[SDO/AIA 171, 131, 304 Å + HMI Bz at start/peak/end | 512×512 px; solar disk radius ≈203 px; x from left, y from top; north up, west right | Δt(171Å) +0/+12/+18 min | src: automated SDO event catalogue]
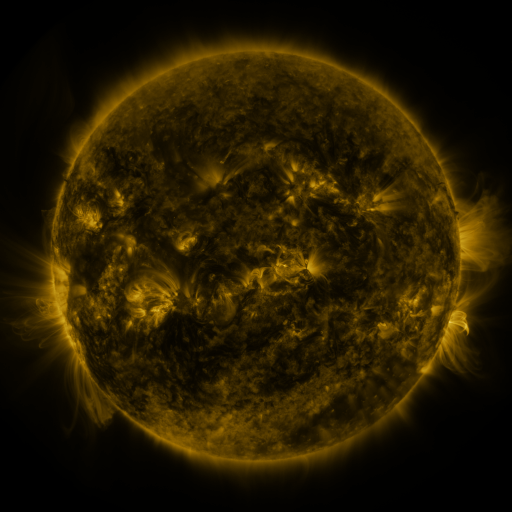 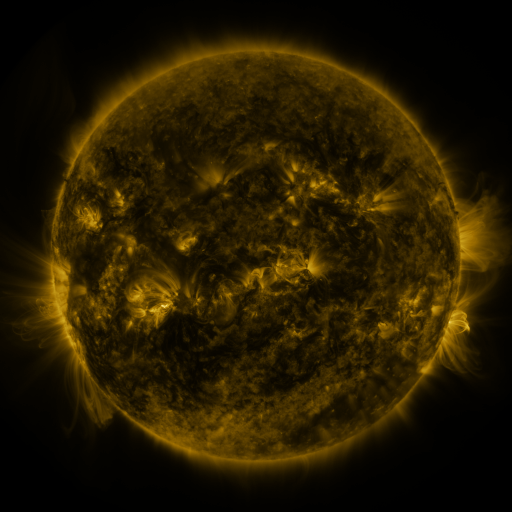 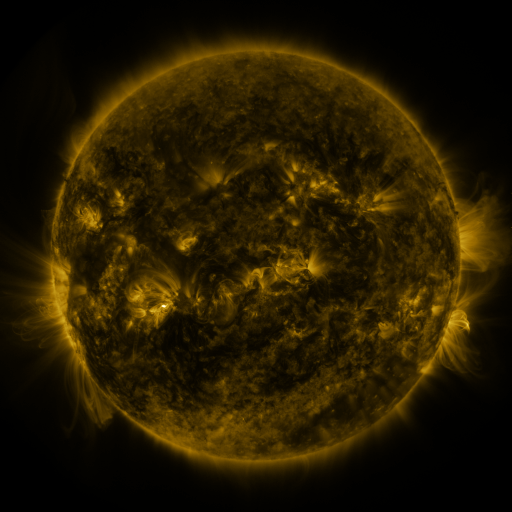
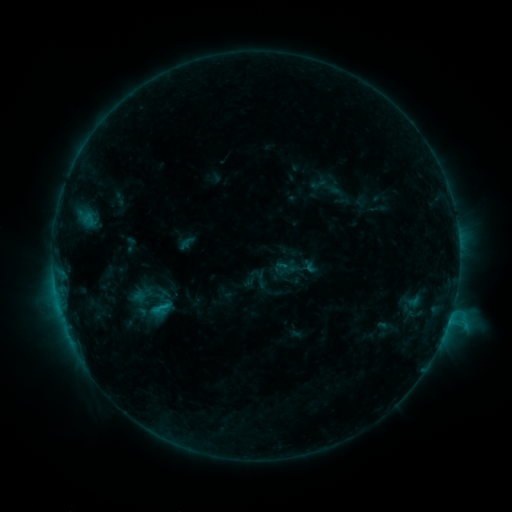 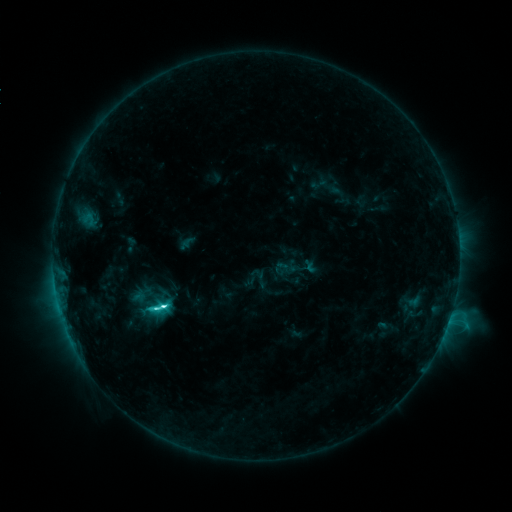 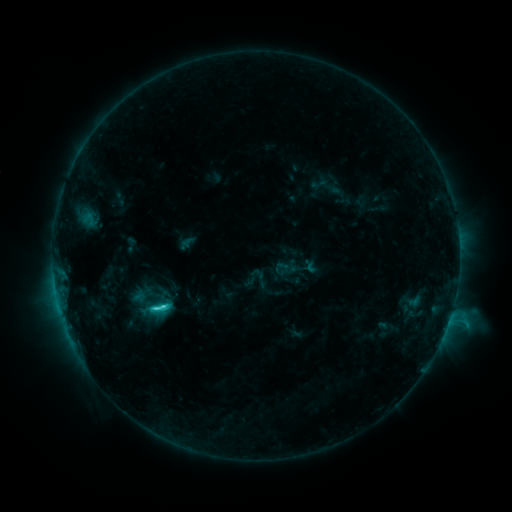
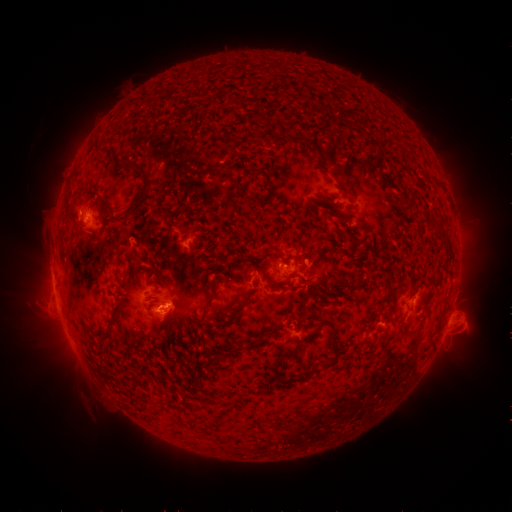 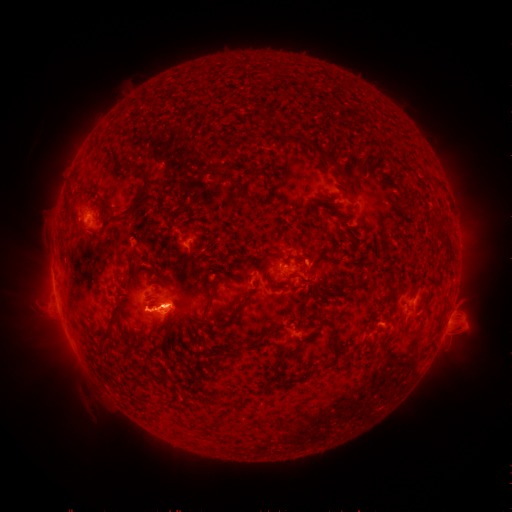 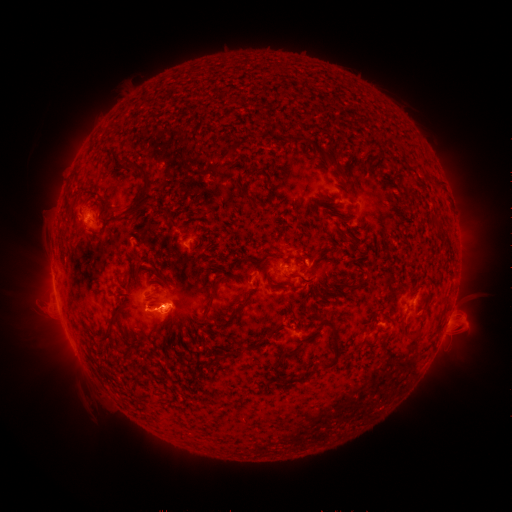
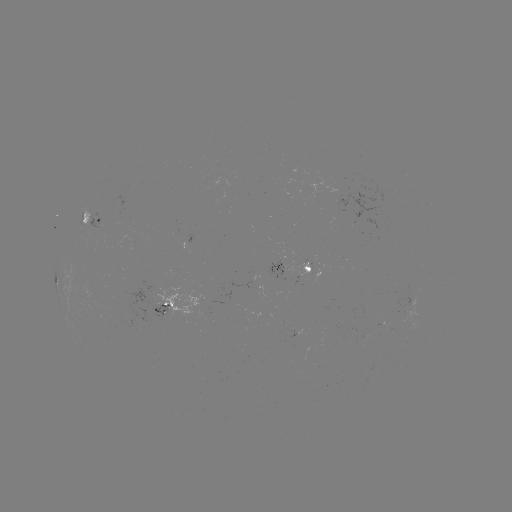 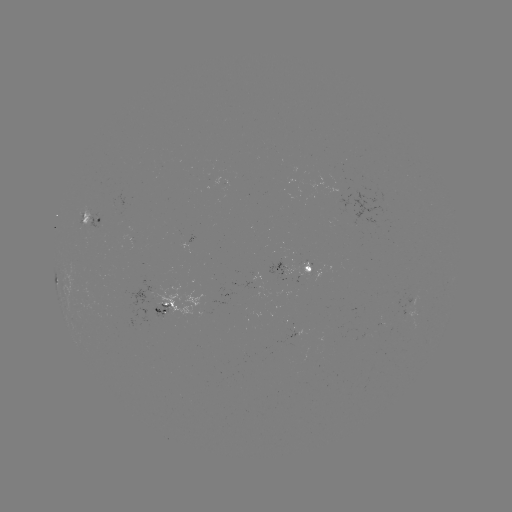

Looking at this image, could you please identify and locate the C6.2 flare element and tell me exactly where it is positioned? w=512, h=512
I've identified C6.2 flare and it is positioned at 163,304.